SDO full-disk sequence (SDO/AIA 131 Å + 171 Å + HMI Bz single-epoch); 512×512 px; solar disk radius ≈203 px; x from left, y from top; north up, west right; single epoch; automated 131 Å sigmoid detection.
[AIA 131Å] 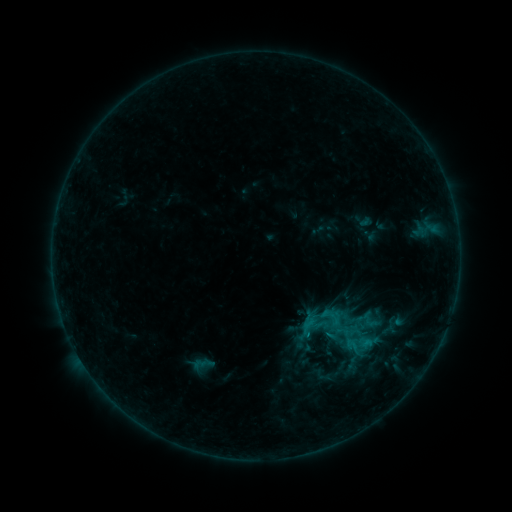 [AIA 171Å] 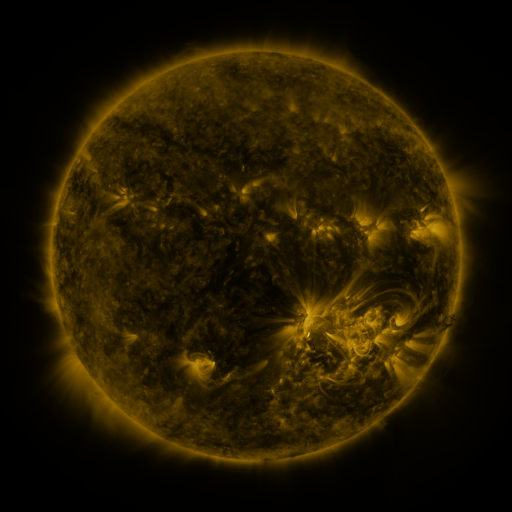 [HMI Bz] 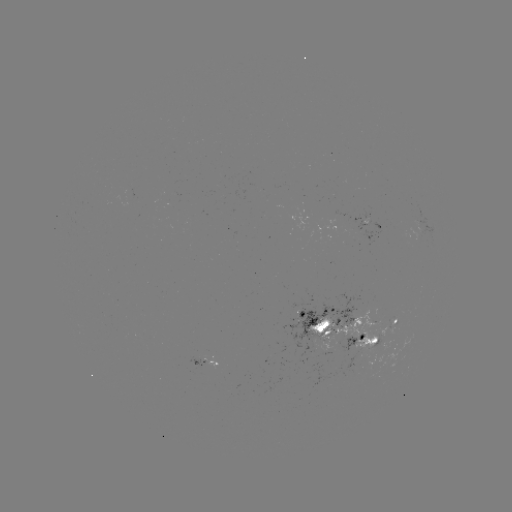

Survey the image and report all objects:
sigmoid: (364, 343)
